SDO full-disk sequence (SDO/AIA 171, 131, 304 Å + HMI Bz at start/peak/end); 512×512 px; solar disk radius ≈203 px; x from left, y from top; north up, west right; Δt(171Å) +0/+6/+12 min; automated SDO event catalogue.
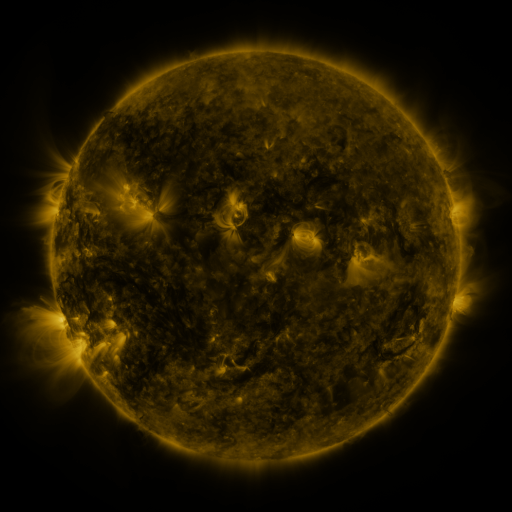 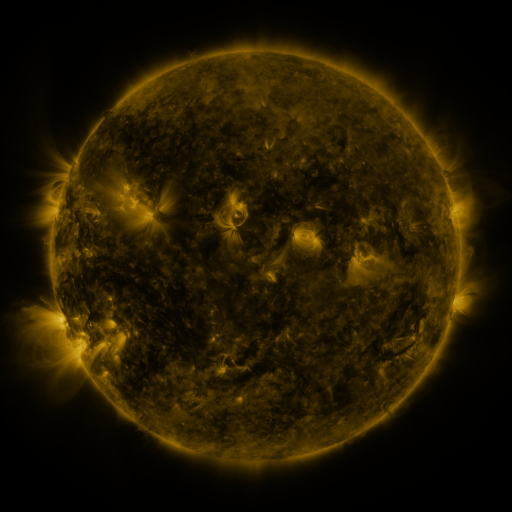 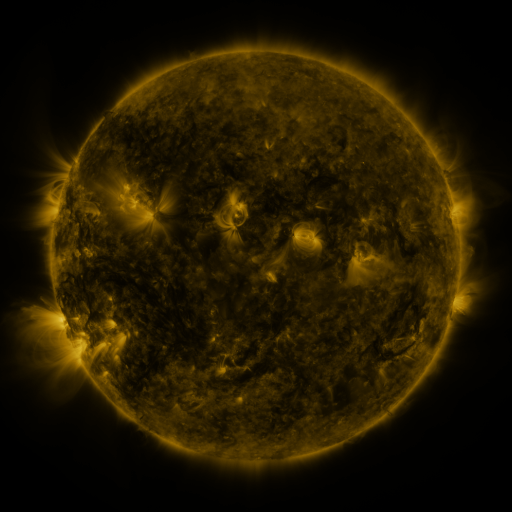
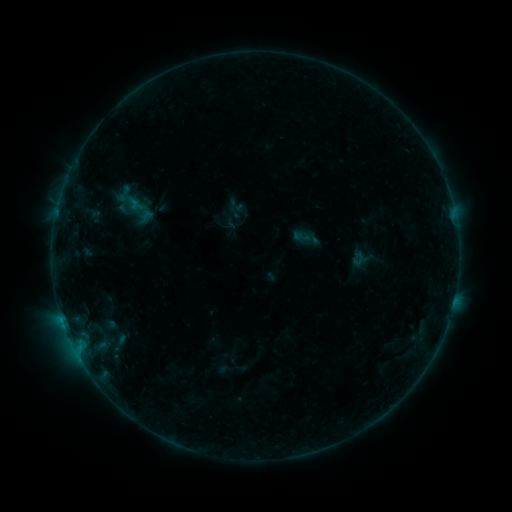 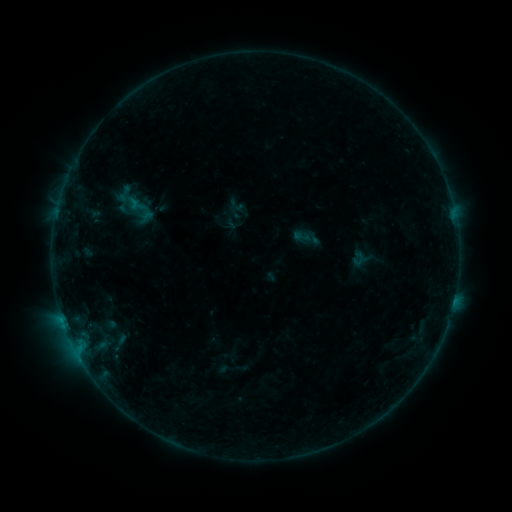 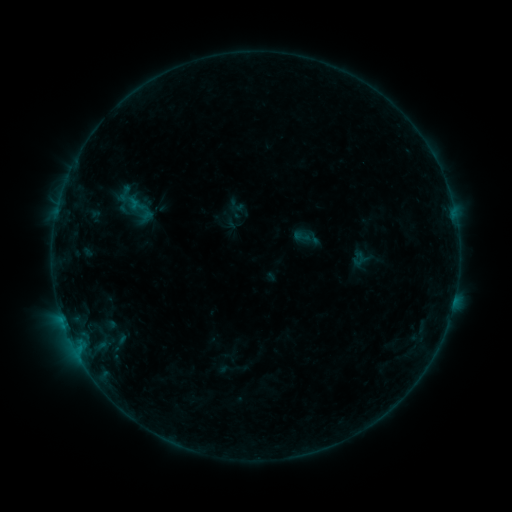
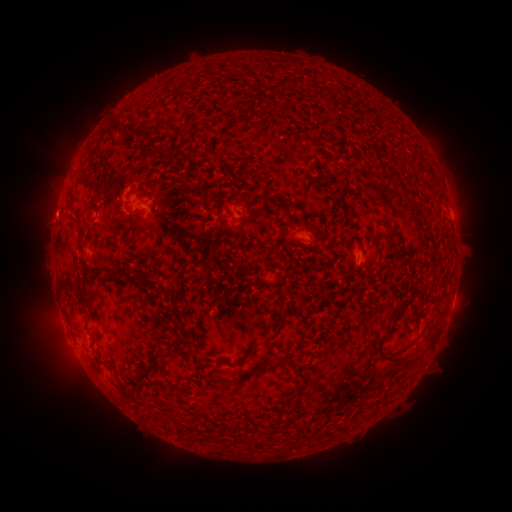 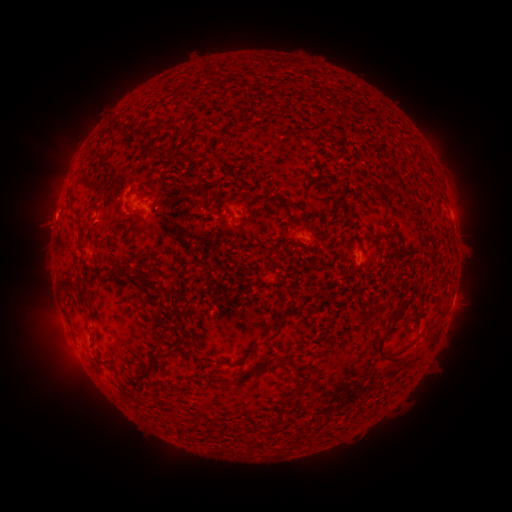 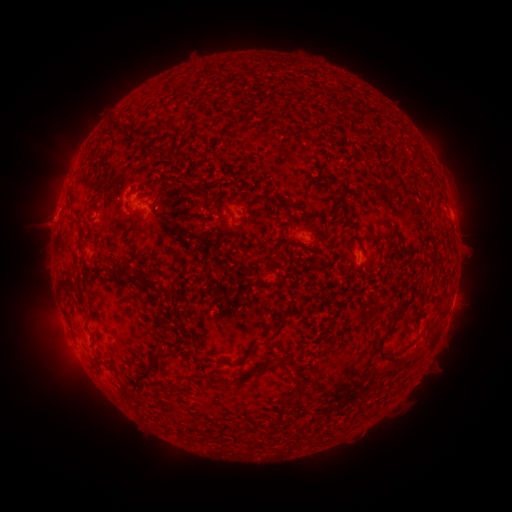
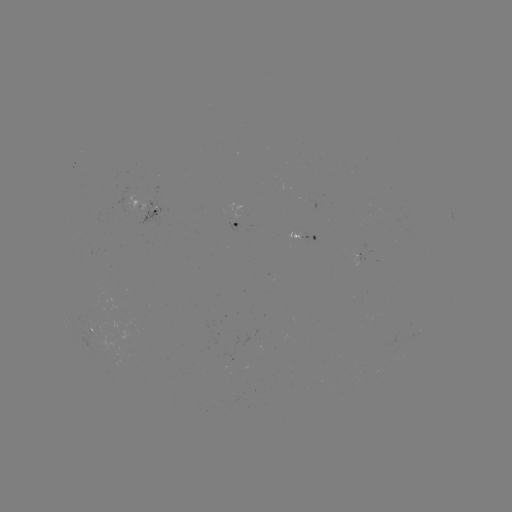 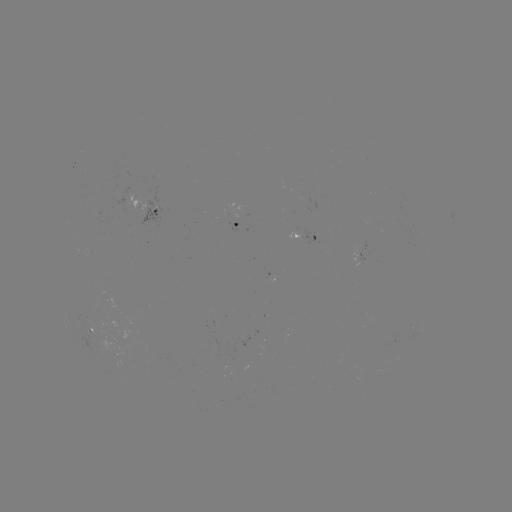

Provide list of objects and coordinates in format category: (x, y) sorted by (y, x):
eruption: (46, 221)
